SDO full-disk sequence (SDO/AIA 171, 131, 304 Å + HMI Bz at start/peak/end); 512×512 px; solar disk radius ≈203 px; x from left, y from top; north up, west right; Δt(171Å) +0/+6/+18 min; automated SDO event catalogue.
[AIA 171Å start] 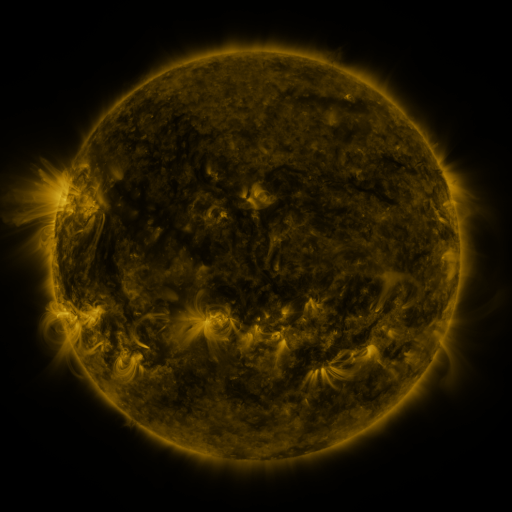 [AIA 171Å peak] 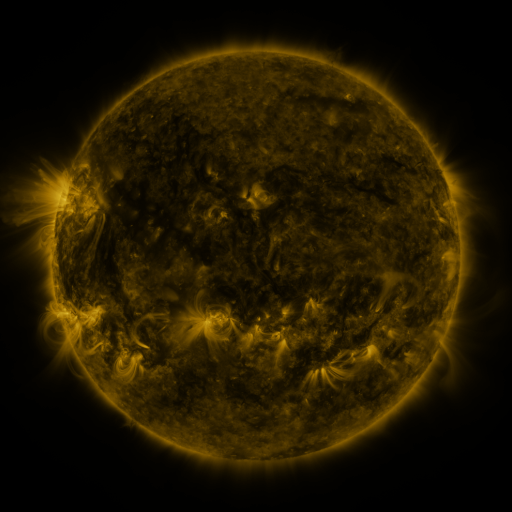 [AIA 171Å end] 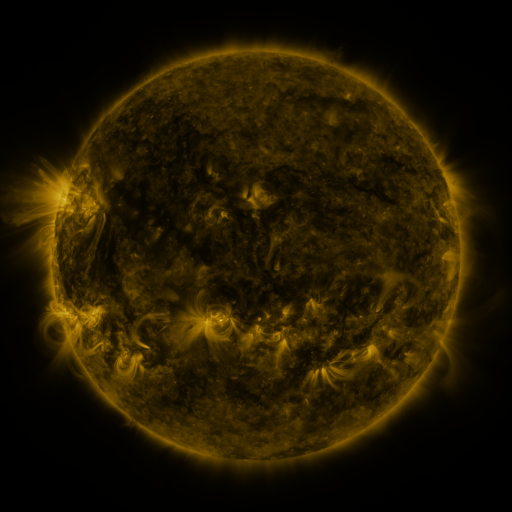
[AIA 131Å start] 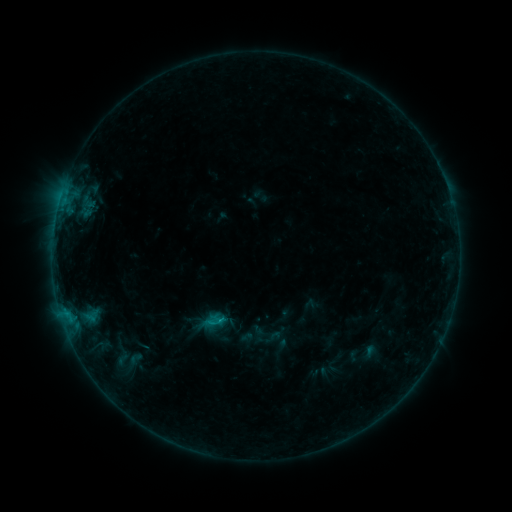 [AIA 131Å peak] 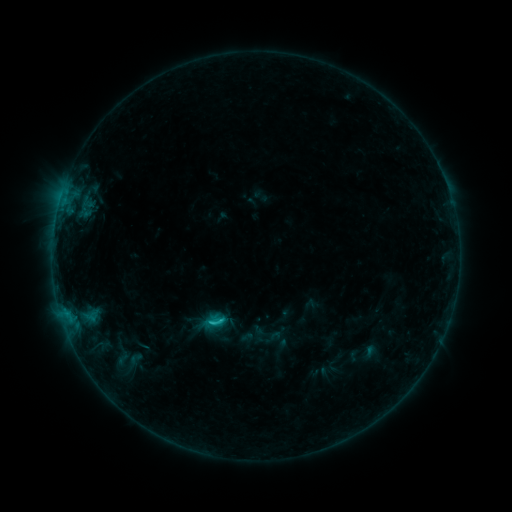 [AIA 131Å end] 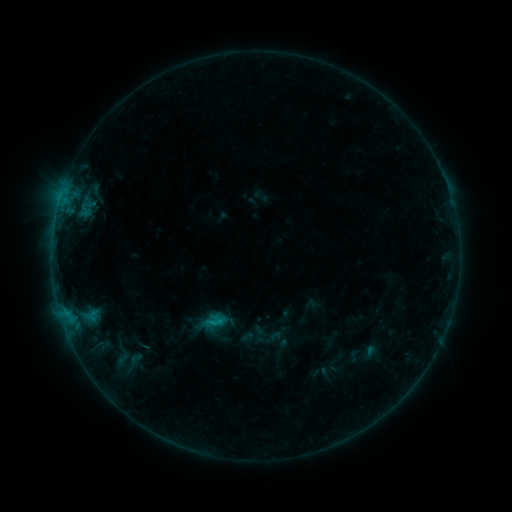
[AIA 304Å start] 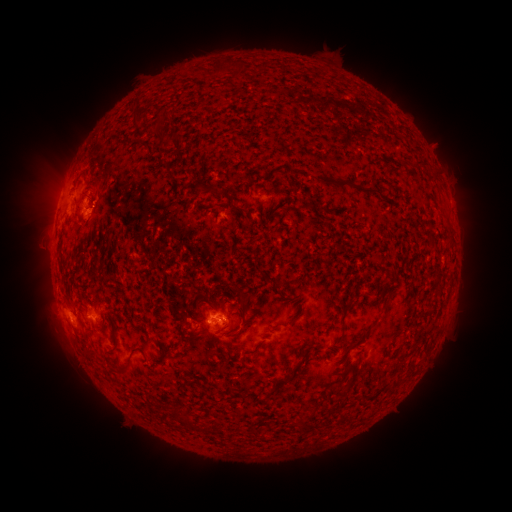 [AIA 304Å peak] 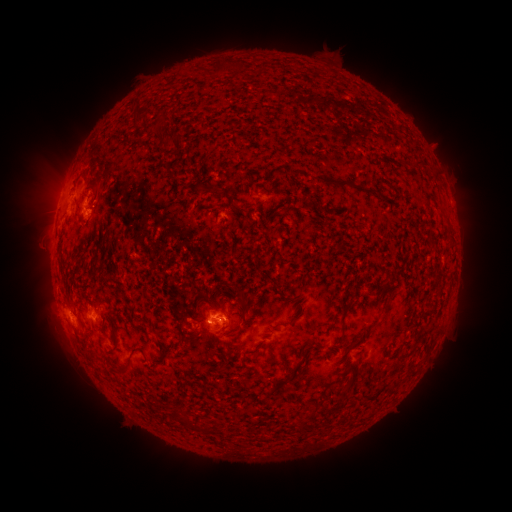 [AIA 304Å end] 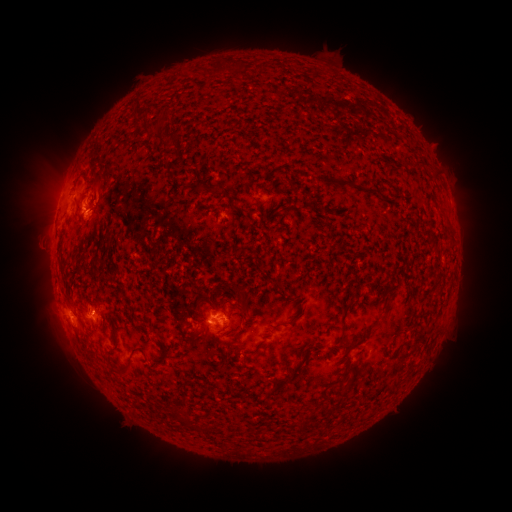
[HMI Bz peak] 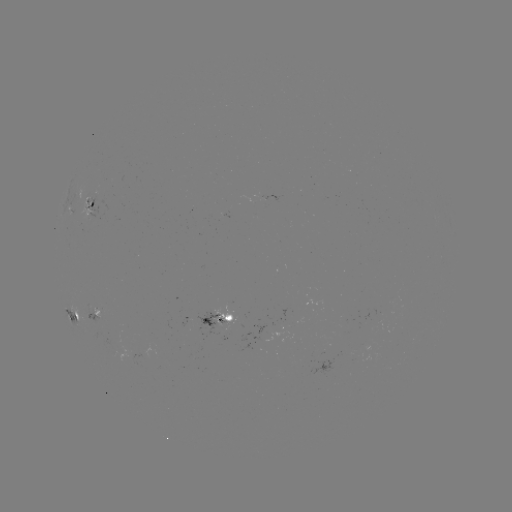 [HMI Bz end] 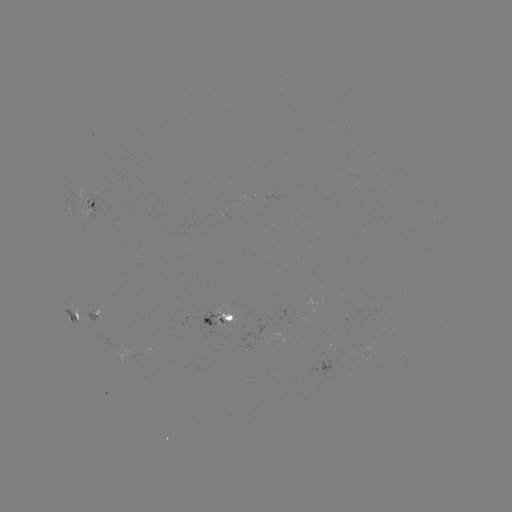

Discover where C1.0 flare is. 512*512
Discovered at (221, 320).